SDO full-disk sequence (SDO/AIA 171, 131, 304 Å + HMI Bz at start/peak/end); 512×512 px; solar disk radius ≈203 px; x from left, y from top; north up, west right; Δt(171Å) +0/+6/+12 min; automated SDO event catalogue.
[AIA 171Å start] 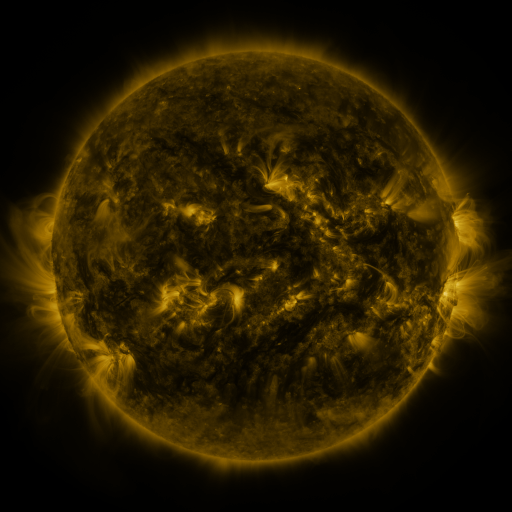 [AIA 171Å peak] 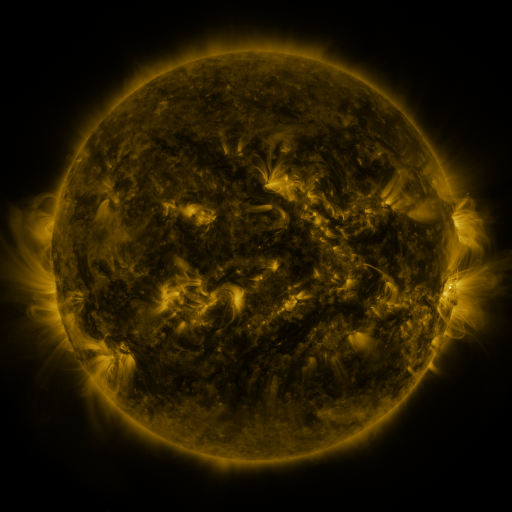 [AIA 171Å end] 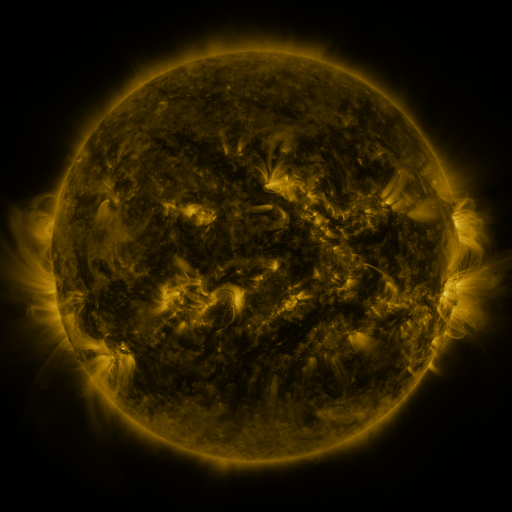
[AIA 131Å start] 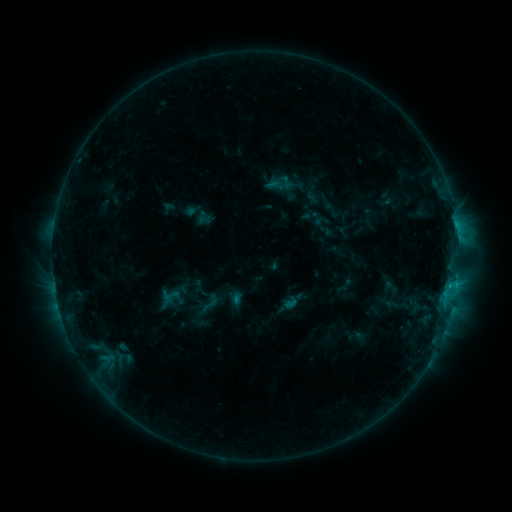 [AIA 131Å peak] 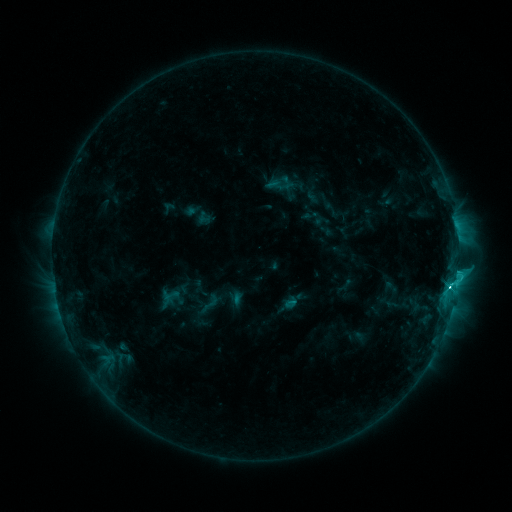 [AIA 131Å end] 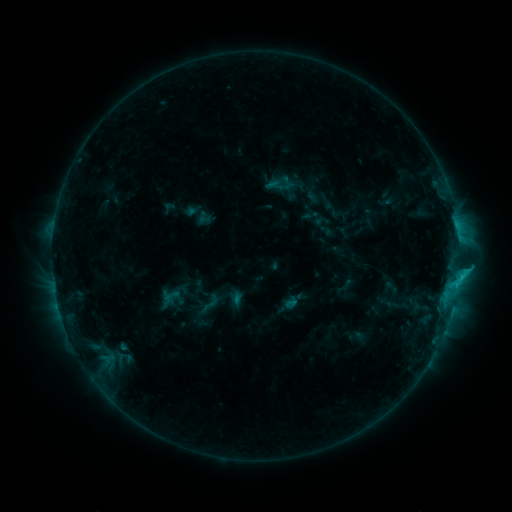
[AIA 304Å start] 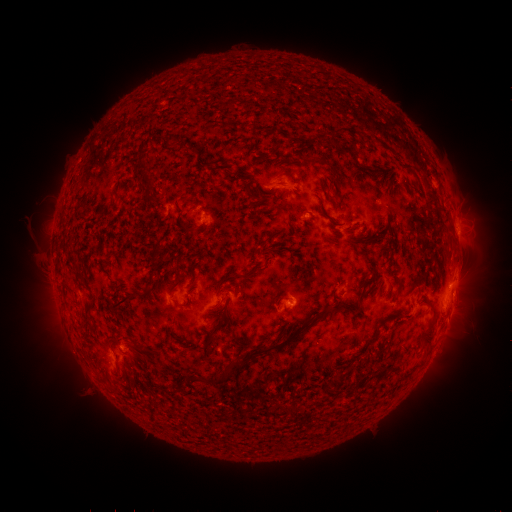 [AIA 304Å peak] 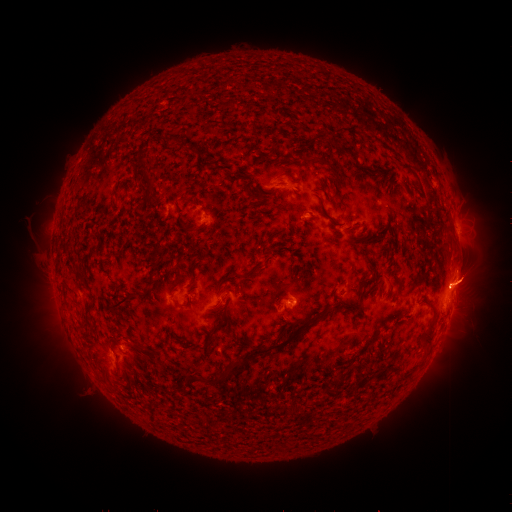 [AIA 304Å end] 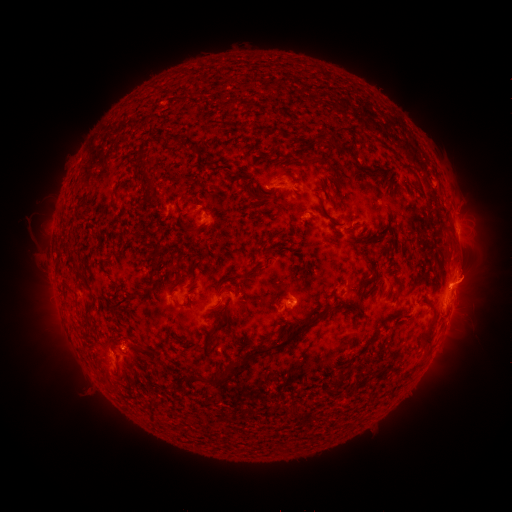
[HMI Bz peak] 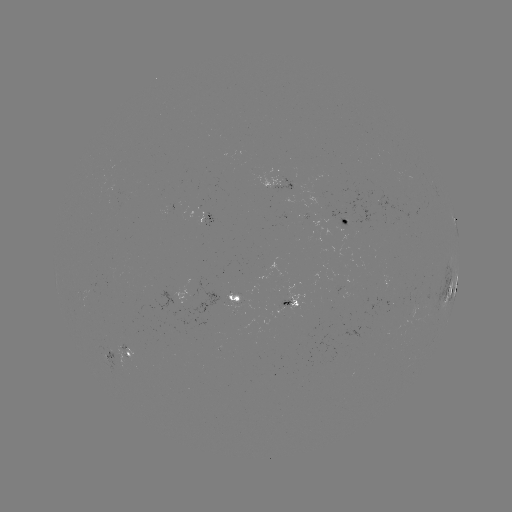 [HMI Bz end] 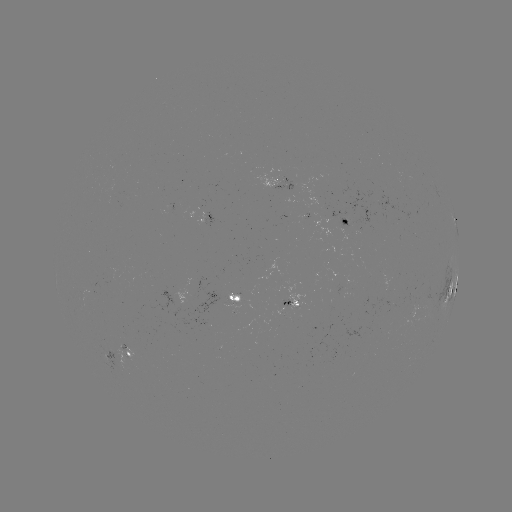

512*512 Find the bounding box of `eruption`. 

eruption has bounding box [409, 251, 501, 339].